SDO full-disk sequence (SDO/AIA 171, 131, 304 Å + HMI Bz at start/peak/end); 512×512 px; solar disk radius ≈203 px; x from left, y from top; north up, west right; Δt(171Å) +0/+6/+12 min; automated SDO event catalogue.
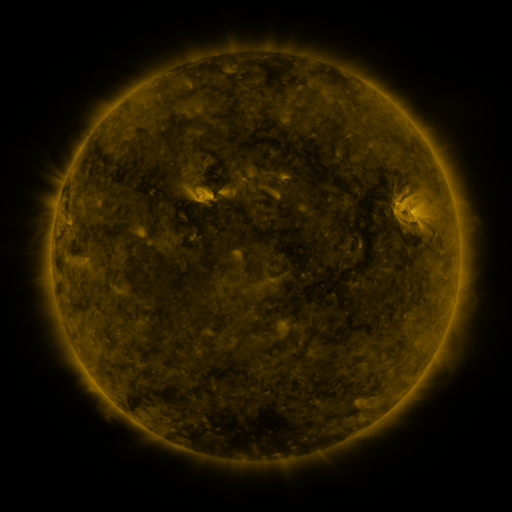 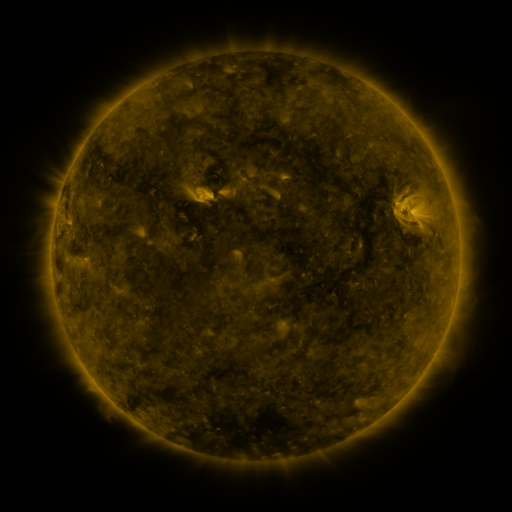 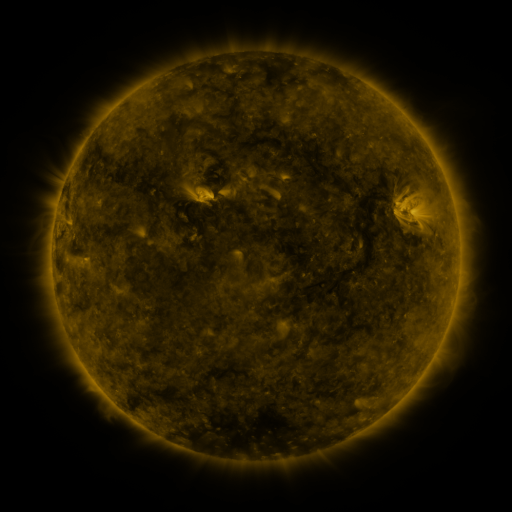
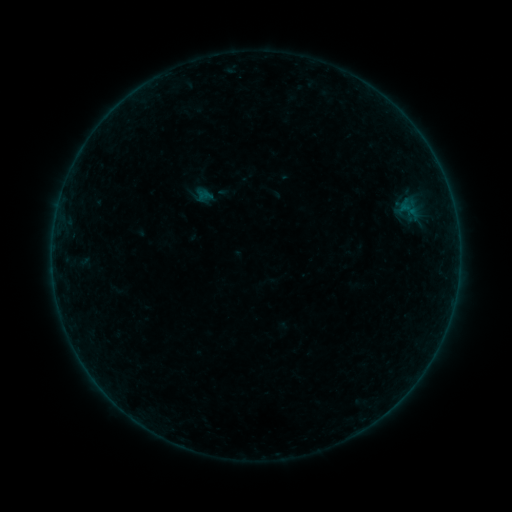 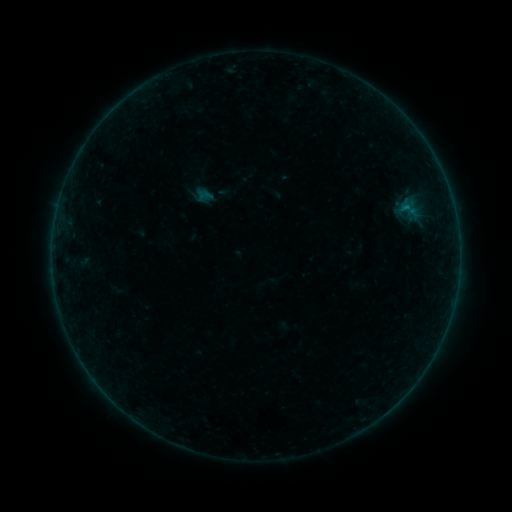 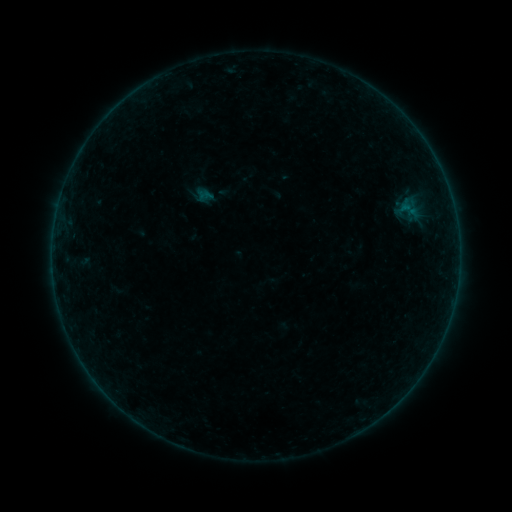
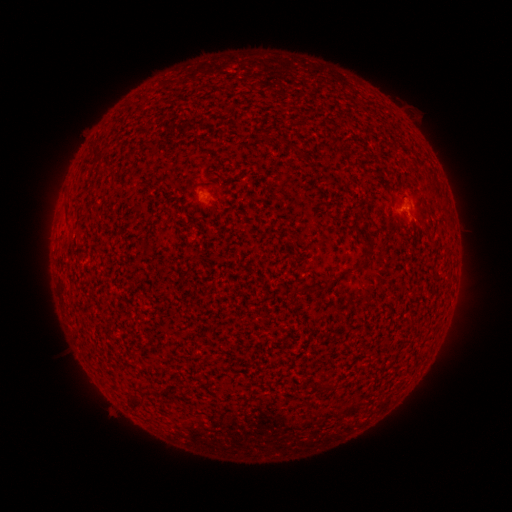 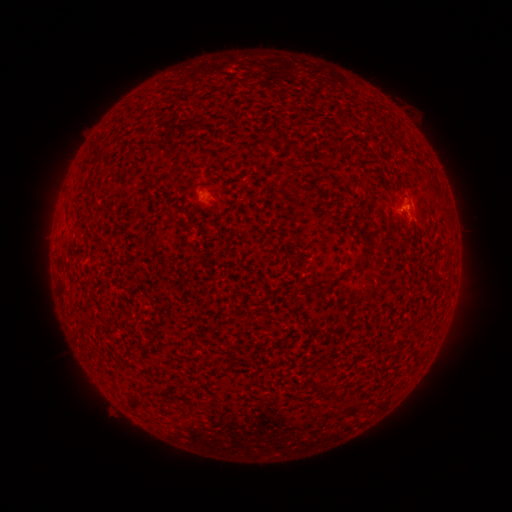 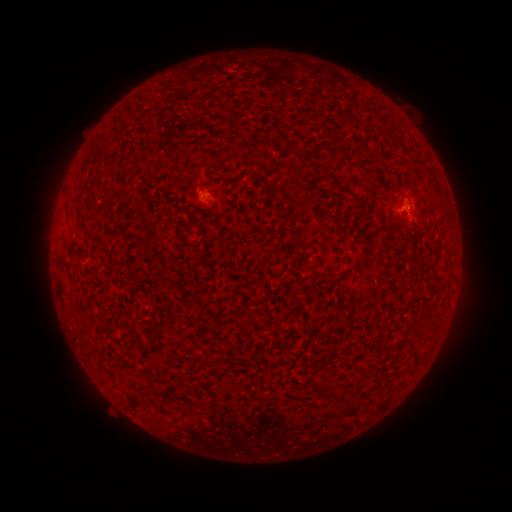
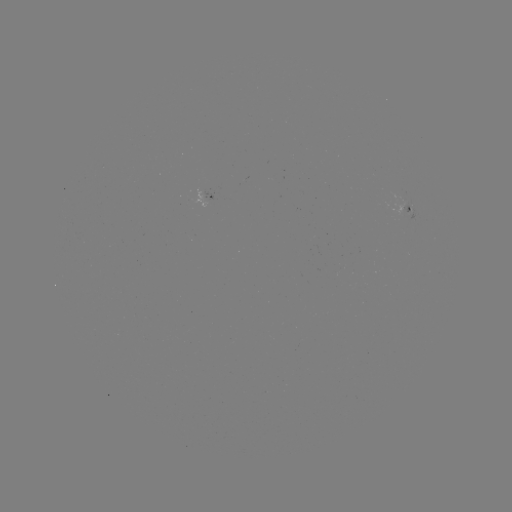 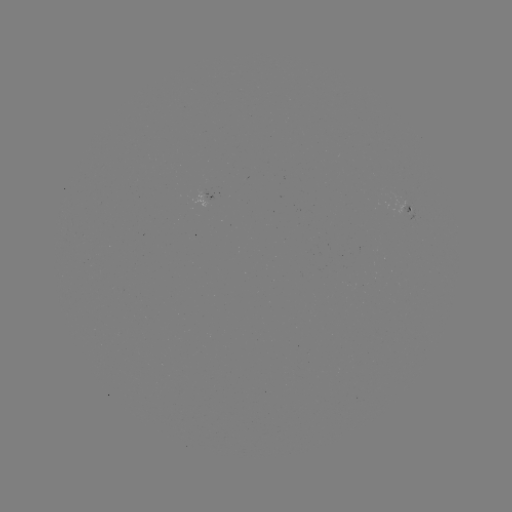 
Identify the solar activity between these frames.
B1.0 flare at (404, 208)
